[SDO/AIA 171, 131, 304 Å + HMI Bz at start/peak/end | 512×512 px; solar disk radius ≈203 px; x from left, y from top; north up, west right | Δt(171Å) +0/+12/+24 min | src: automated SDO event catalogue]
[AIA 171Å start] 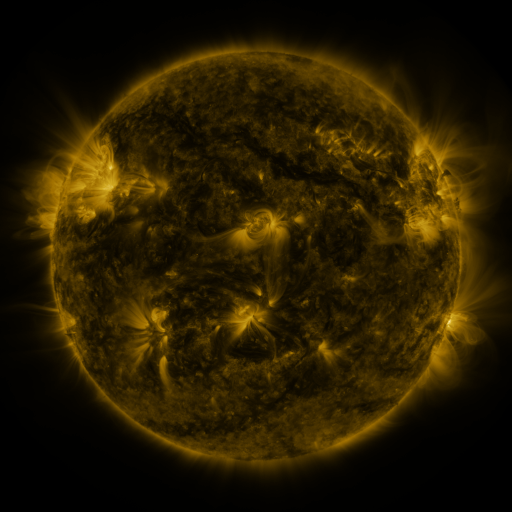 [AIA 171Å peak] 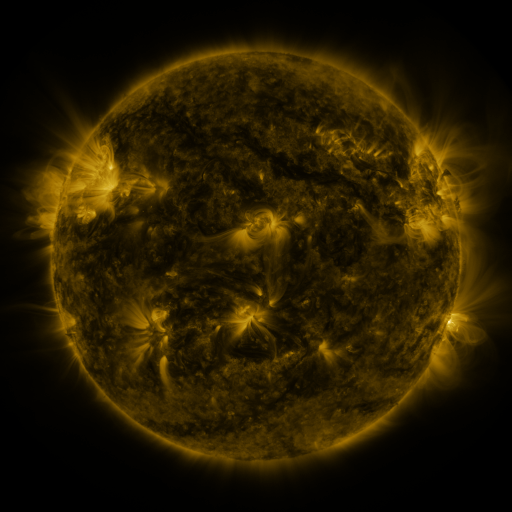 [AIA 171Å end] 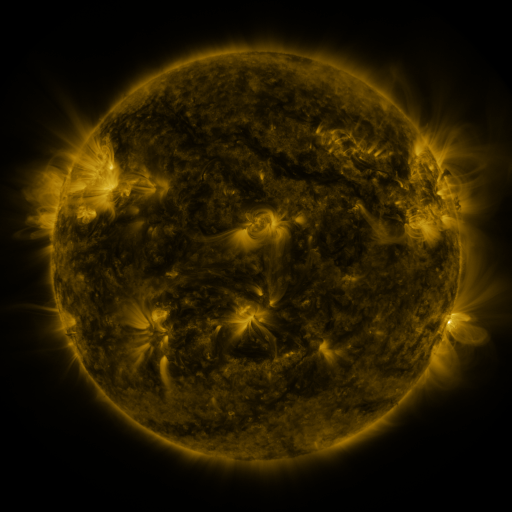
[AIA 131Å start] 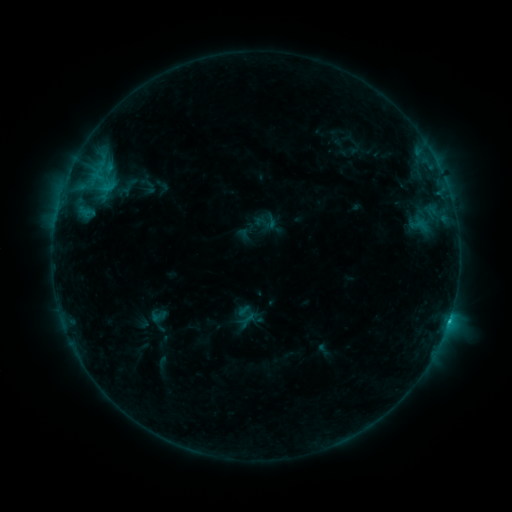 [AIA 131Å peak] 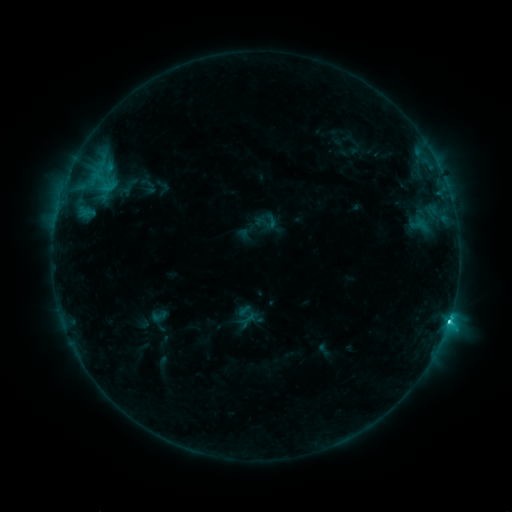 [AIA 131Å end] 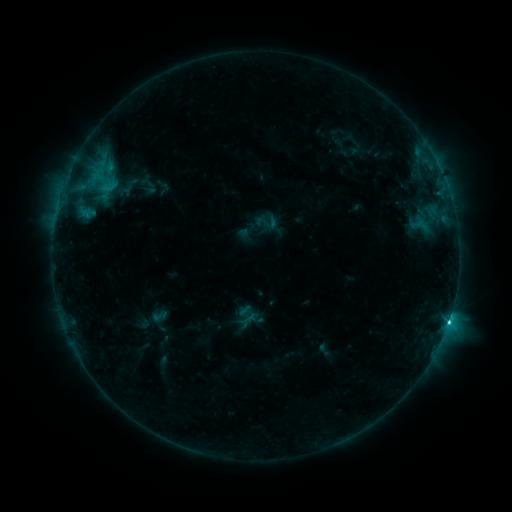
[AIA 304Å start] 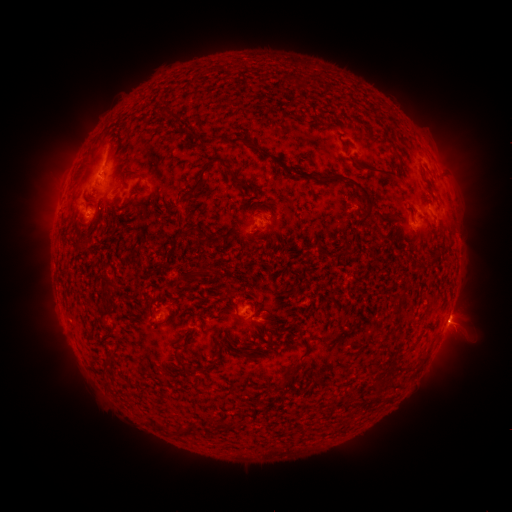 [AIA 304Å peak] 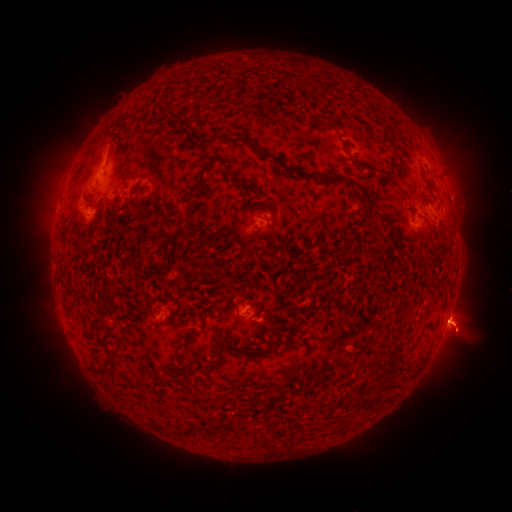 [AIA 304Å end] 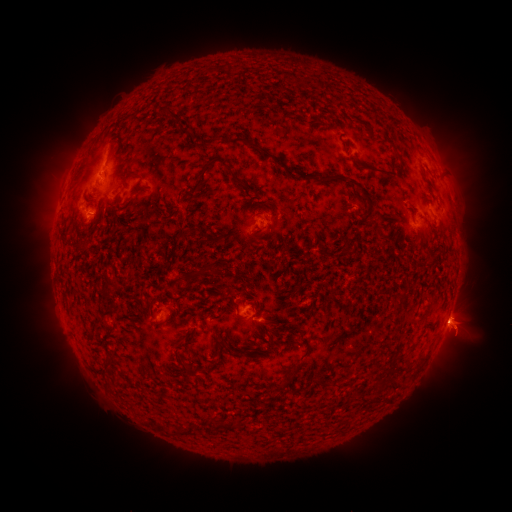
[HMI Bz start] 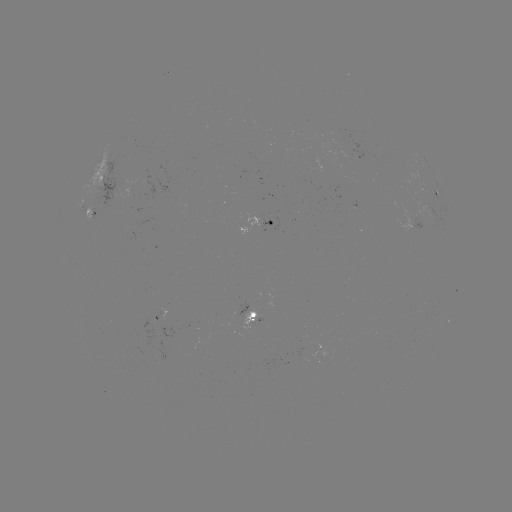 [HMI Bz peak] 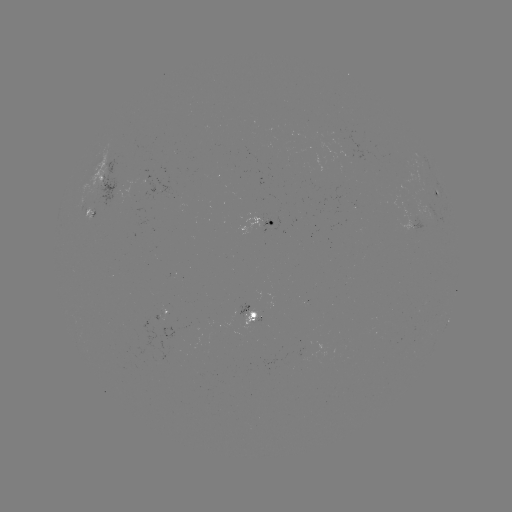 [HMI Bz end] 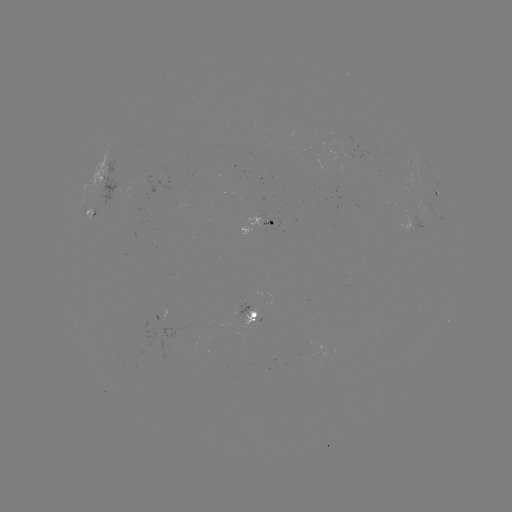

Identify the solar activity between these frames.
eruption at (460, 330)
